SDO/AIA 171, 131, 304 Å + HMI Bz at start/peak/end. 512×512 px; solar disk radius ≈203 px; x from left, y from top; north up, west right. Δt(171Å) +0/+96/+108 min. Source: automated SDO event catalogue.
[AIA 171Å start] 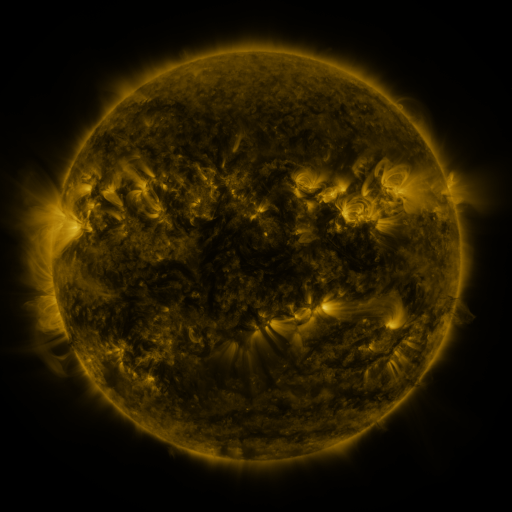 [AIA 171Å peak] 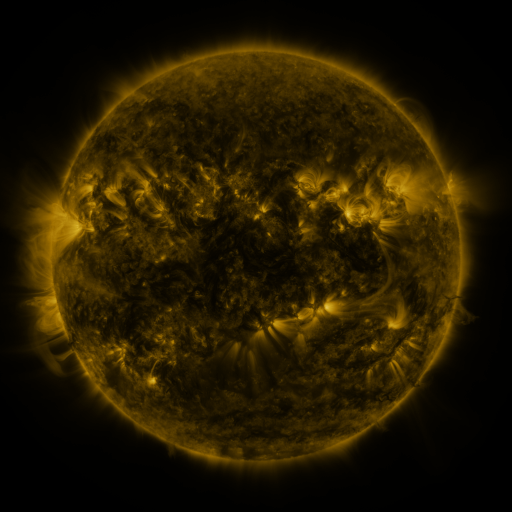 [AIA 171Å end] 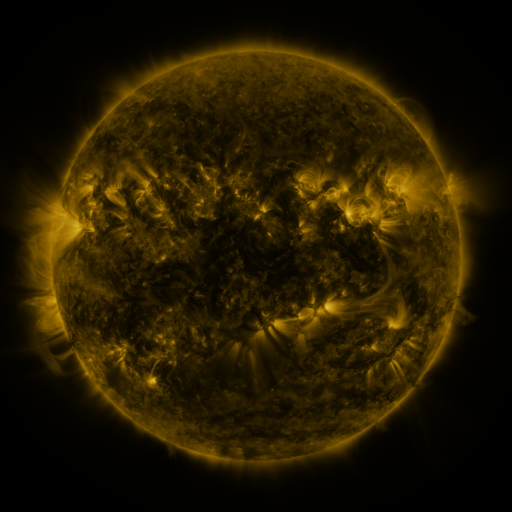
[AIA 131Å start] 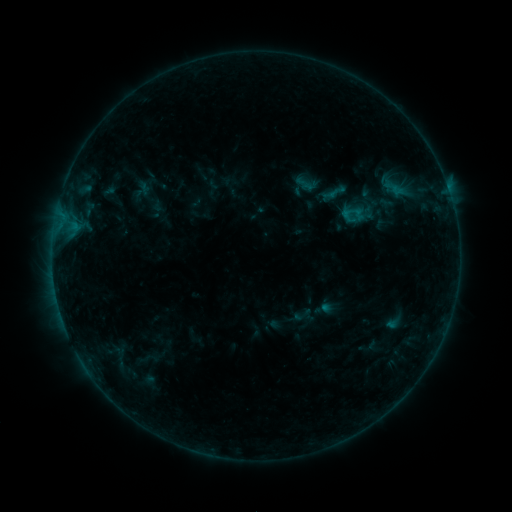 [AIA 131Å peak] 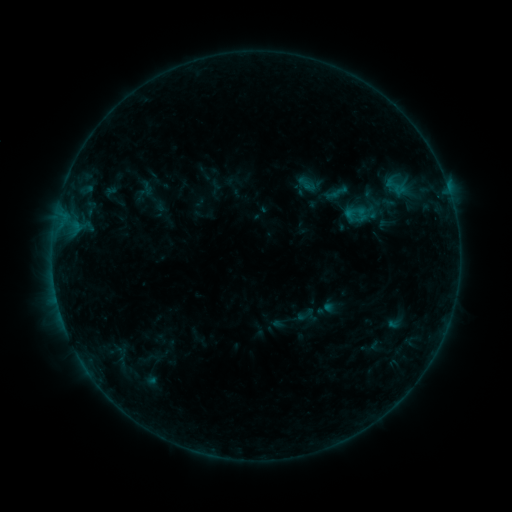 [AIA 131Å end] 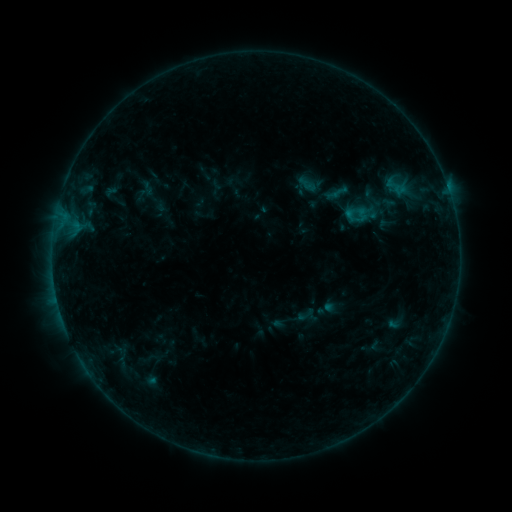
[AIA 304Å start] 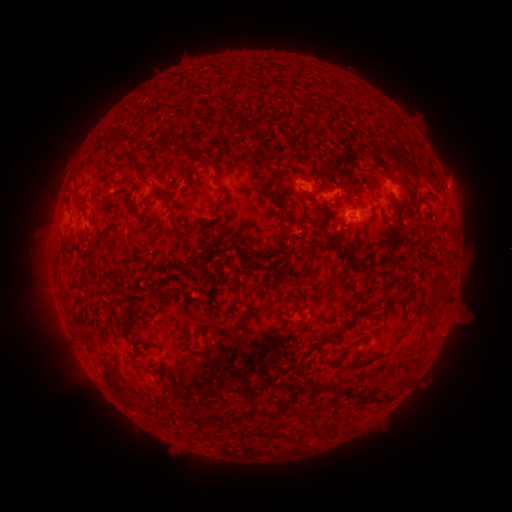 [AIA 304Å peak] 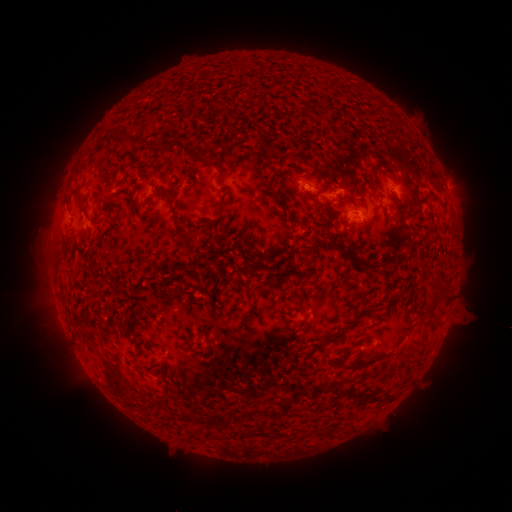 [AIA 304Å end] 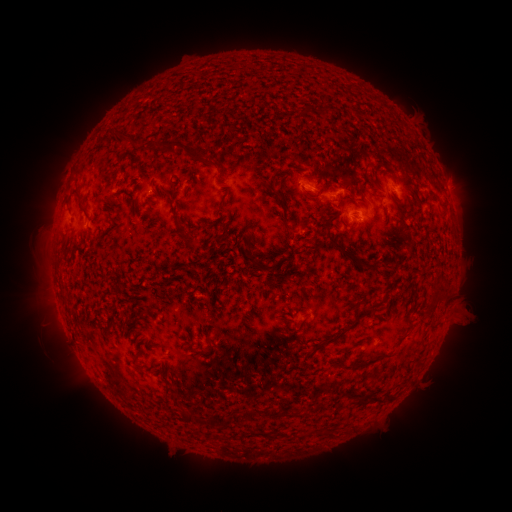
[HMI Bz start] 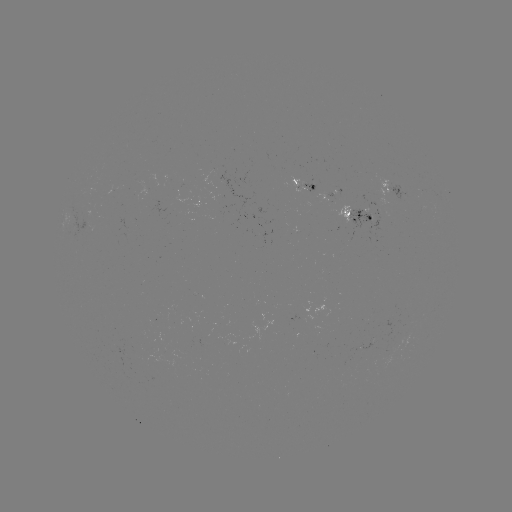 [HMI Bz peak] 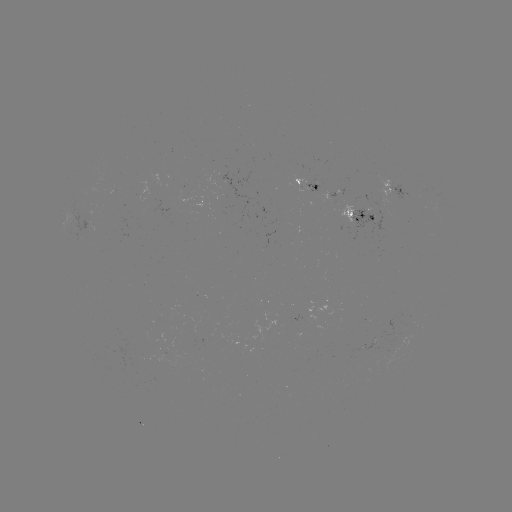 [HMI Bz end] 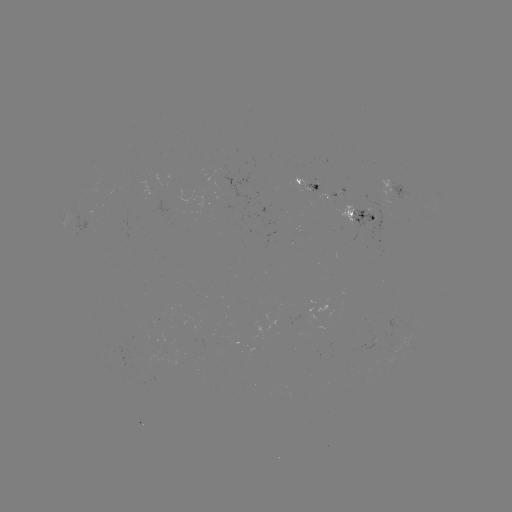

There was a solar emerging-flux region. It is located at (306, 182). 